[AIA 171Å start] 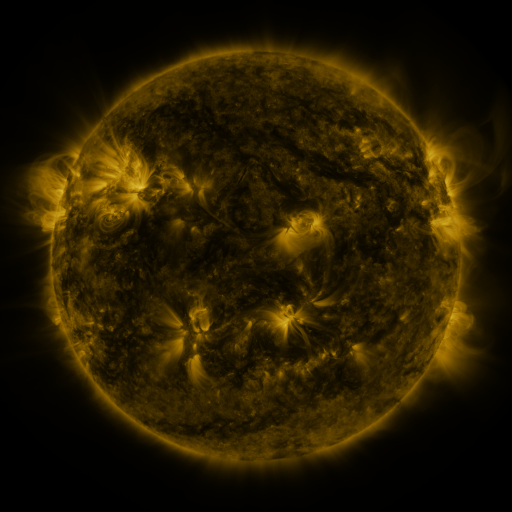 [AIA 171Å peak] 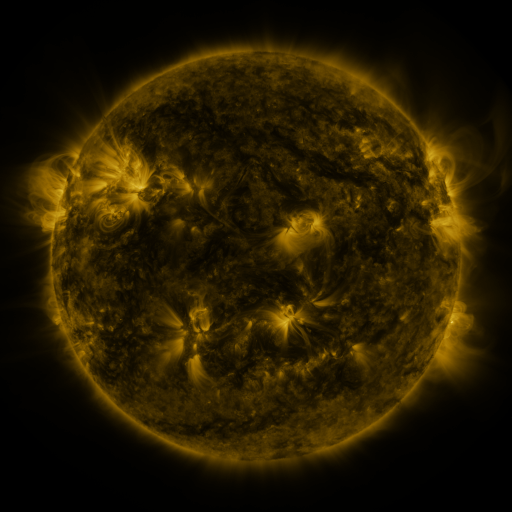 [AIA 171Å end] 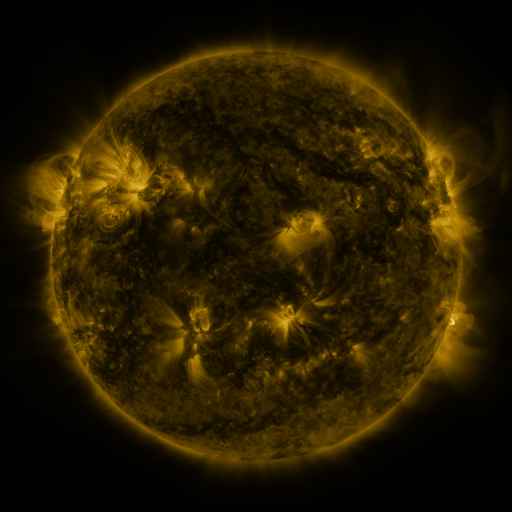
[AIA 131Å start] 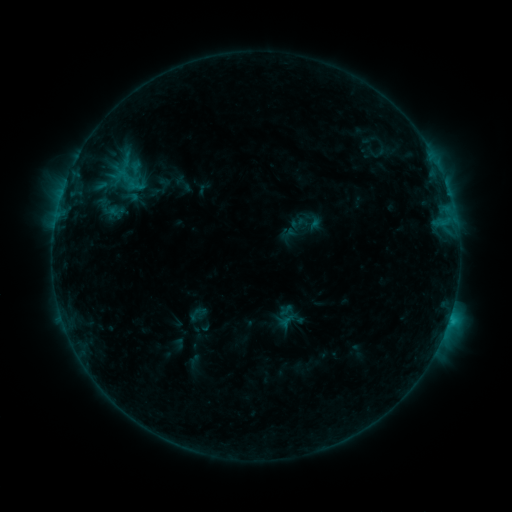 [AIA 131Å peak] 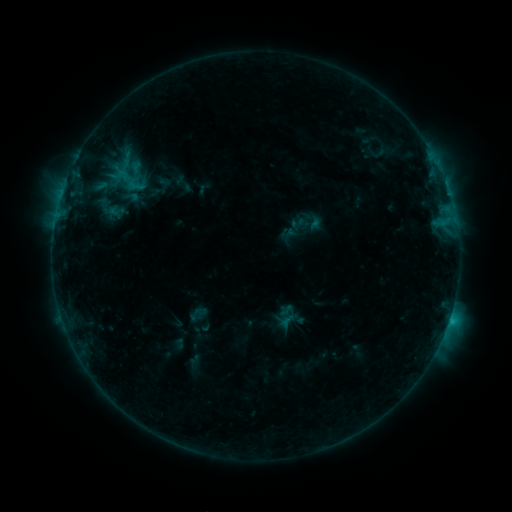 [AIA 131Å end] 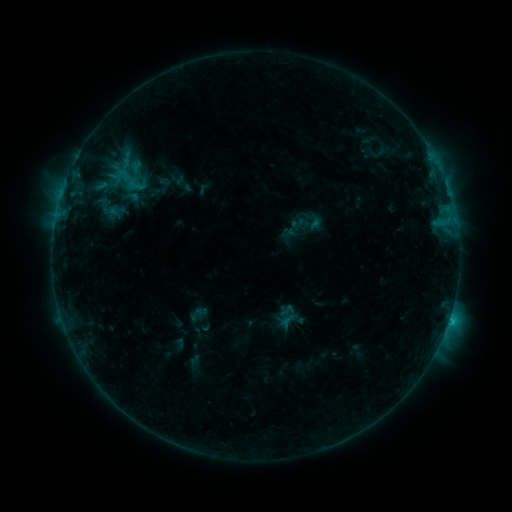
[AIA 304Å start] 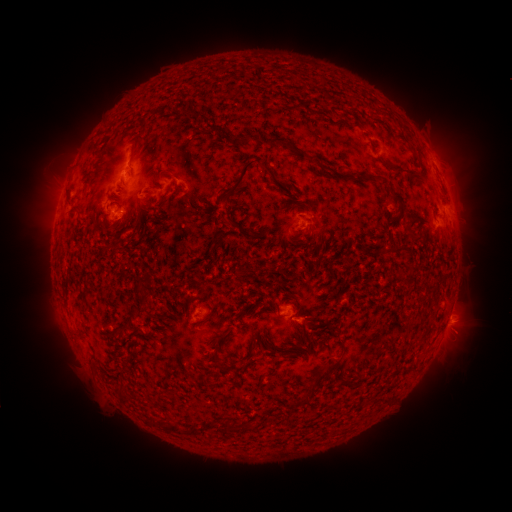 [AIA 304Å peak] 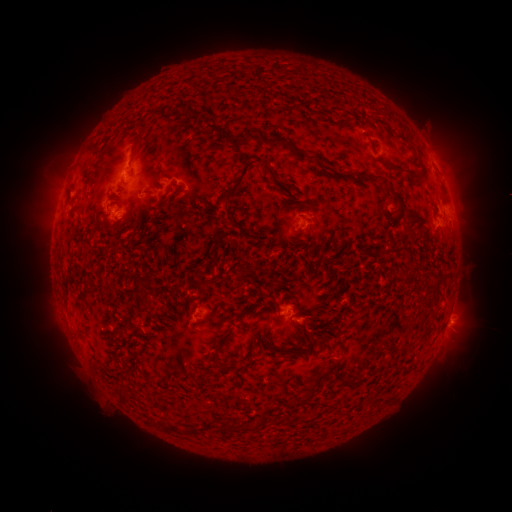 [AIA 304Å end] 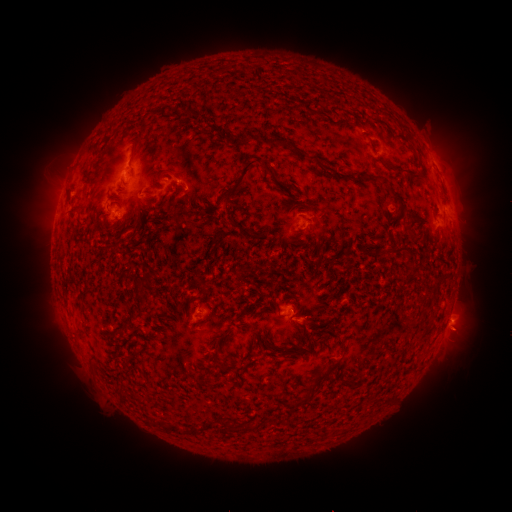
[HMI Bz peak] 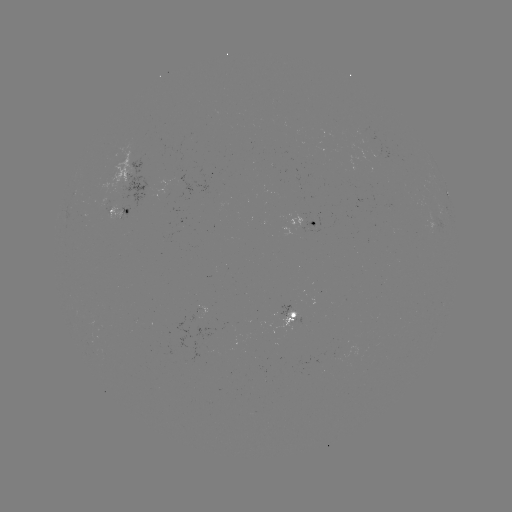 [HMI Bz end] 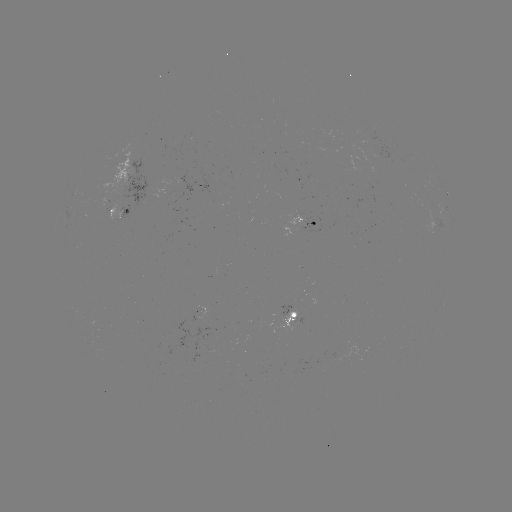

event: eruption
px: (461, 328)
